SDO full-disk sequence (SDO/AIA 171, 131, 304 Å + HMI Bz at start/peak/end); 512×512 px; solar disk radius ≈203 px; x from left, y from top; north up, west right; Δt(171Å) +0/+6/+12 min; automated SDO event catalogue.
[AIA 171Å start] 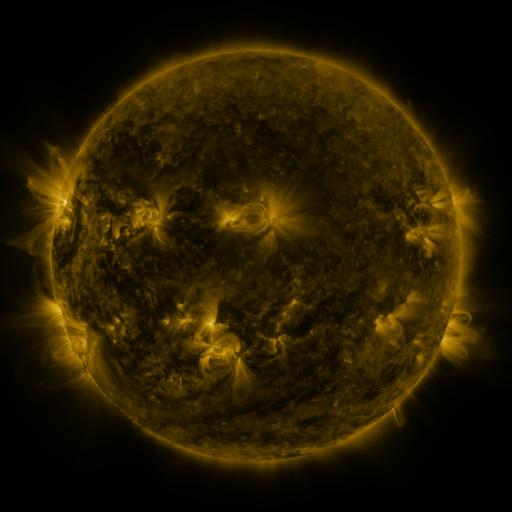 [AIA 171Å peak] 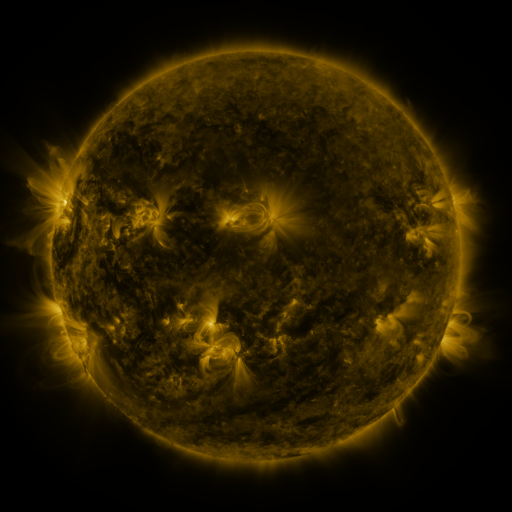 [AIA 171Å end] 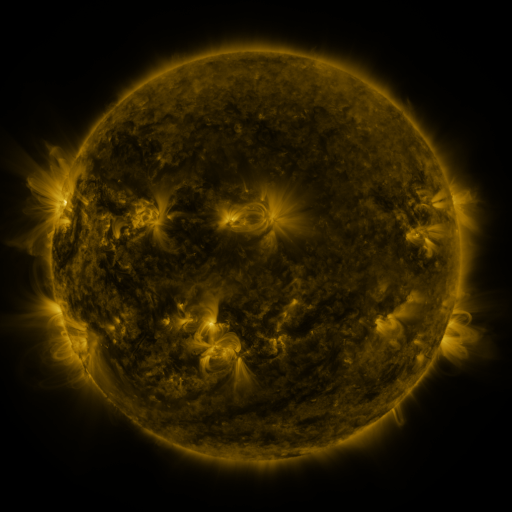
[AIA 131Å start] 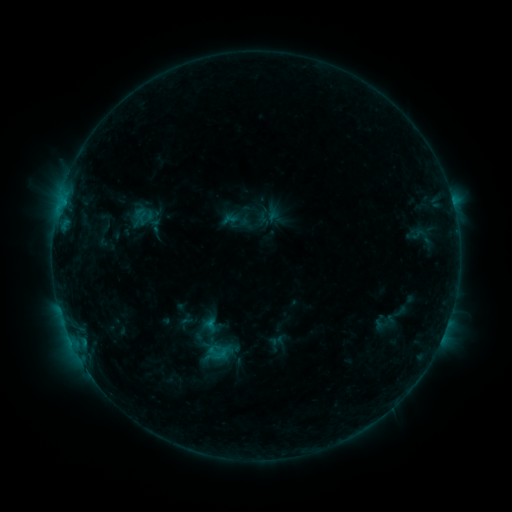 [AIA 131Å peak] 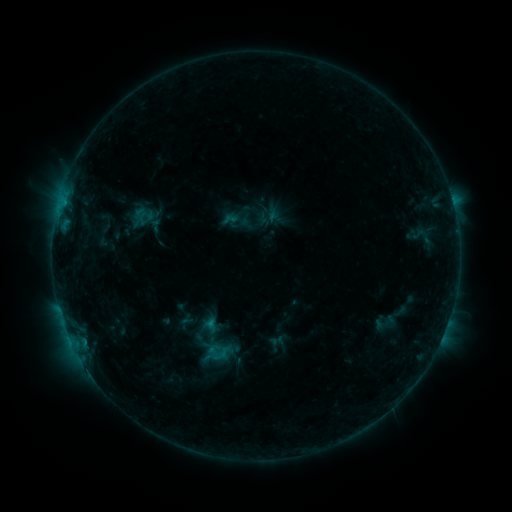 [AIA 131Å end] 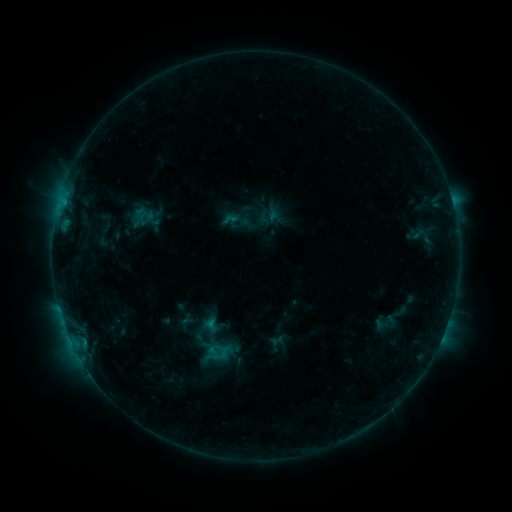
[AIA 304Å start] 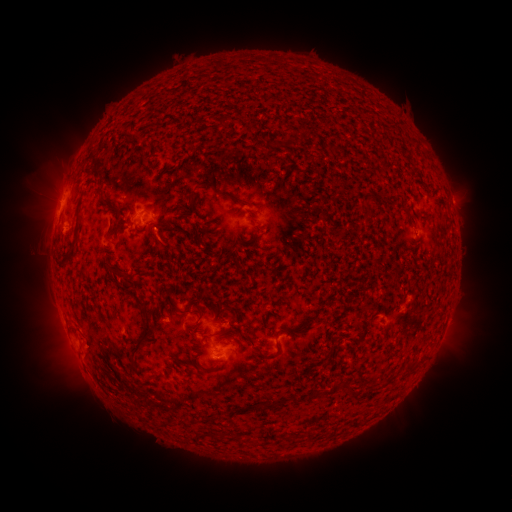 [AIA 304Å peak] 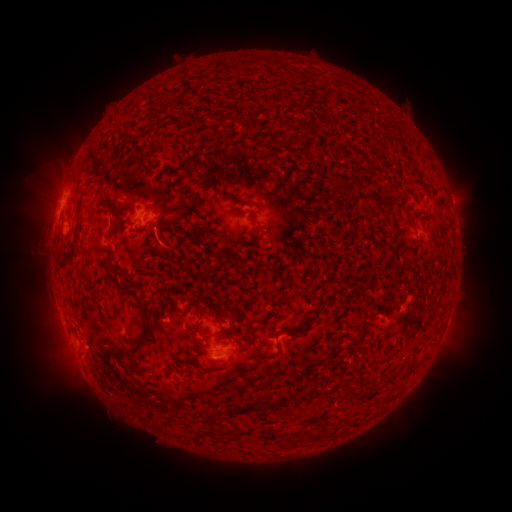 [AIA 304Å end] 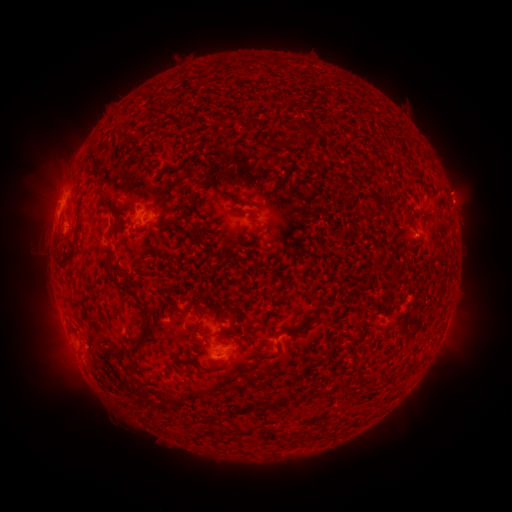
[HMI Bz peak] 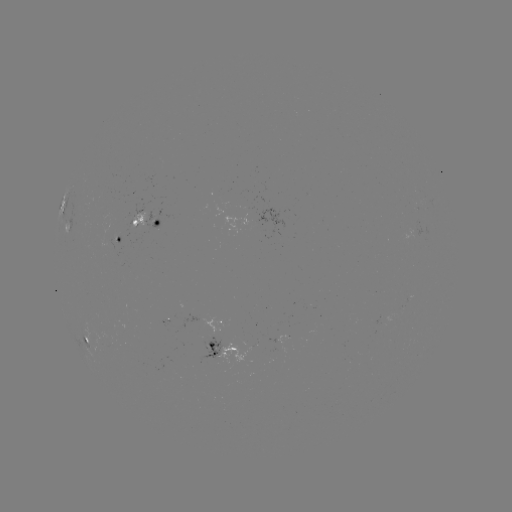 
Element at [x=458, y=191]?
eruption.